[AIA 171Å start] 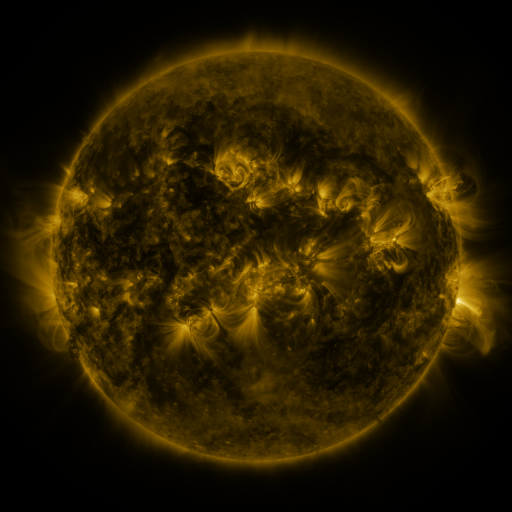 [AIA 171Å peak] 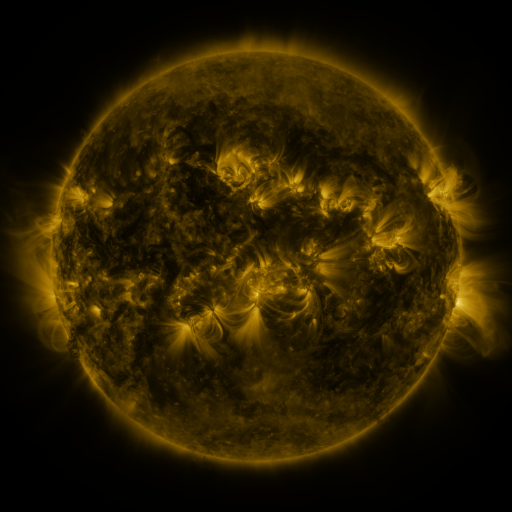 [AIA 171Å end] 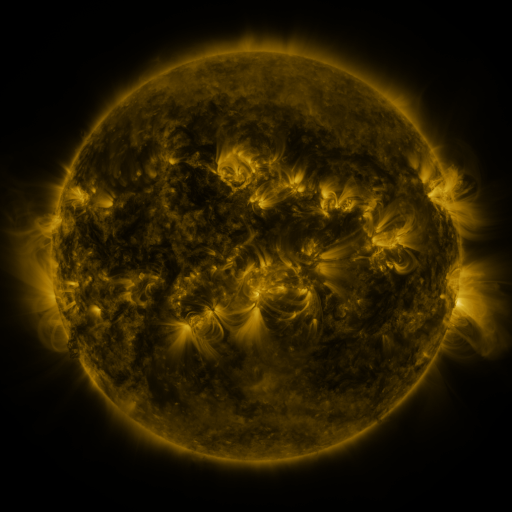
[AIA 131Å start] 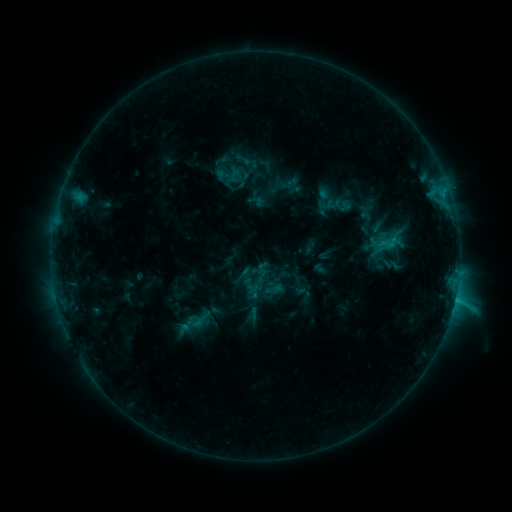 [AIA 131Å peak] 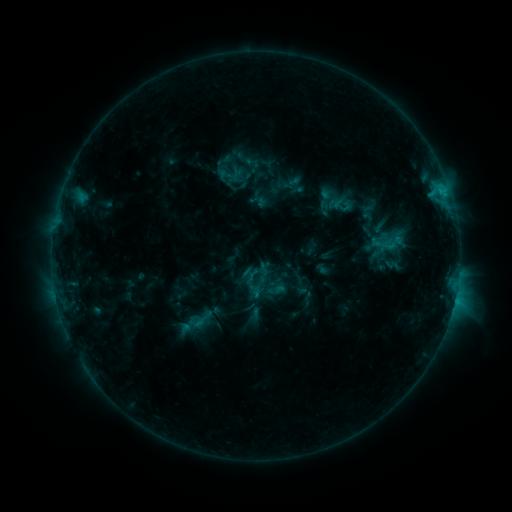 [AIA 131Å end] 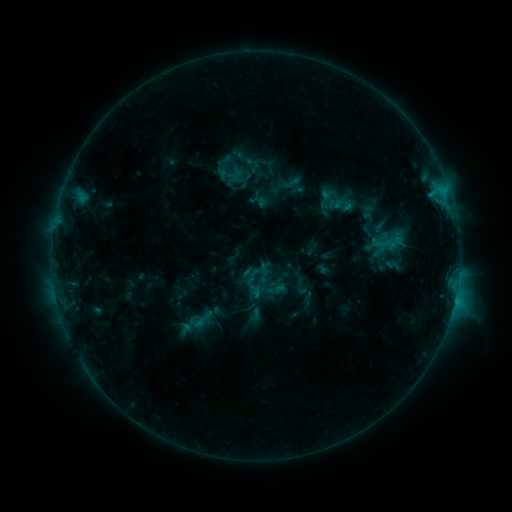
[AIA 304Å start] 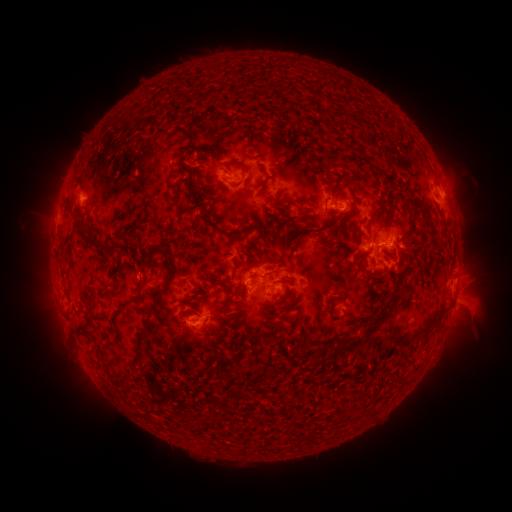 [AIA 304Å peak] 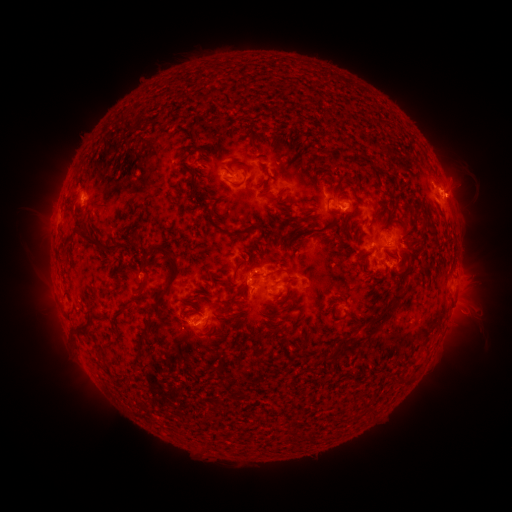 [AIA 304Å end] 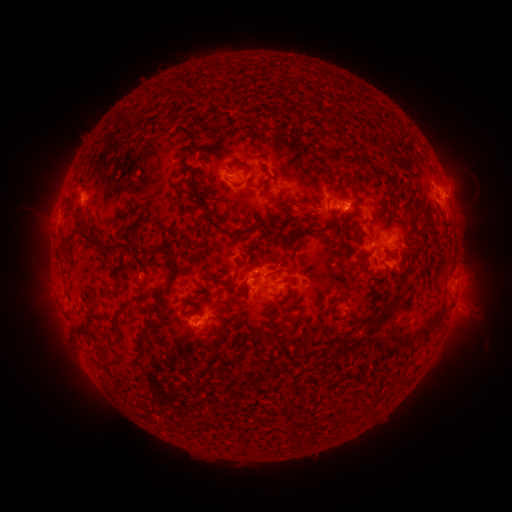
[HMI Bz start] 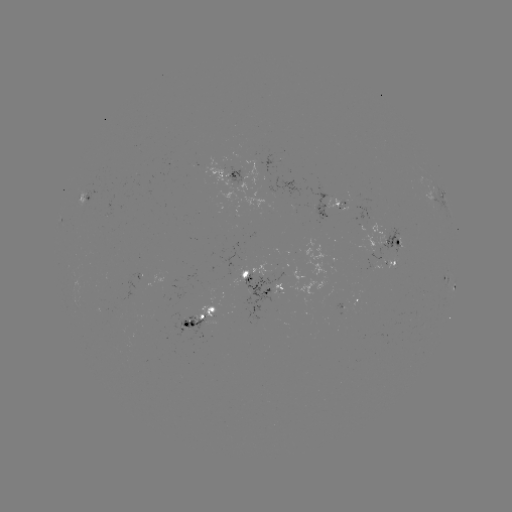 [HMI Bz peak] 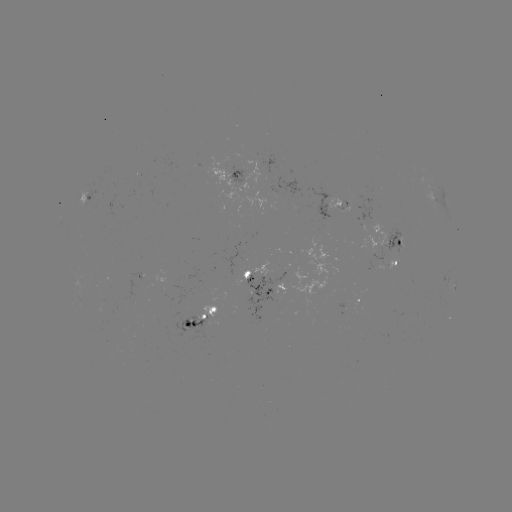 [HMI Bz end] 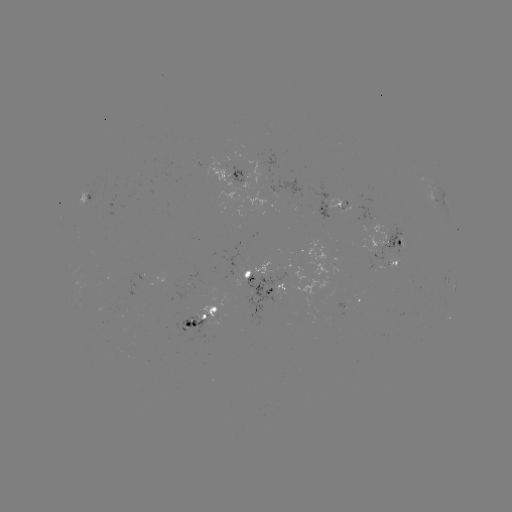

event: emerging-flux region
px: (190, 322)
